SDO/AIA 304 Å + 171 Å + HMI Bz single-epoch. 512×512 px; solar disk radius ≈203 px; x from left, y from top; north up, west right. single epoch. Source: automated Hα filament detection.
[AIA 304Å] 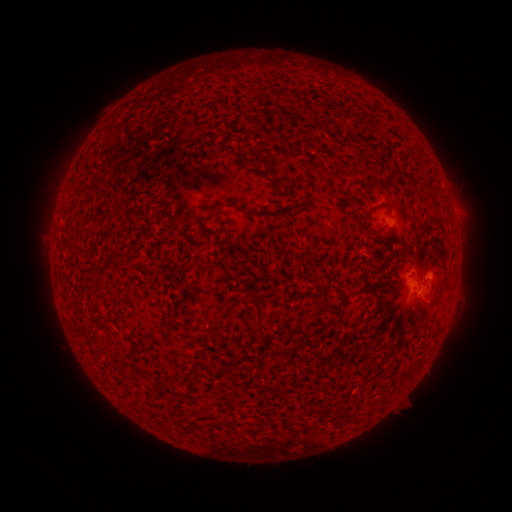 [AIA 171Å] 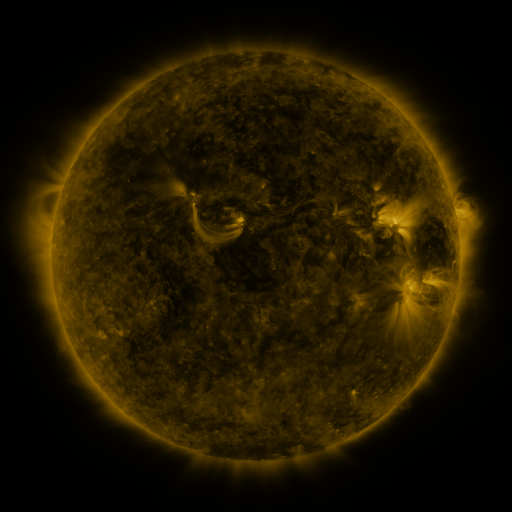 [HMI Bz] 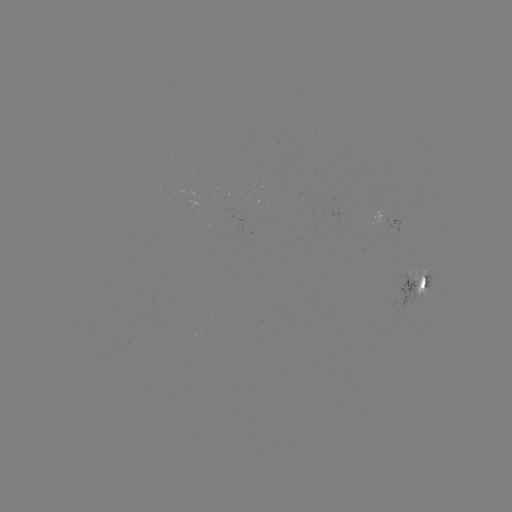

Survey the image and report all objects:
filament: [256, 153, 271, 167]
filament: [357, 203, 367, 210]
filament: [256, 204, 297, 218]
filament: [433, 213, 441, 221]
filament: [249, 292, 264, 327]
